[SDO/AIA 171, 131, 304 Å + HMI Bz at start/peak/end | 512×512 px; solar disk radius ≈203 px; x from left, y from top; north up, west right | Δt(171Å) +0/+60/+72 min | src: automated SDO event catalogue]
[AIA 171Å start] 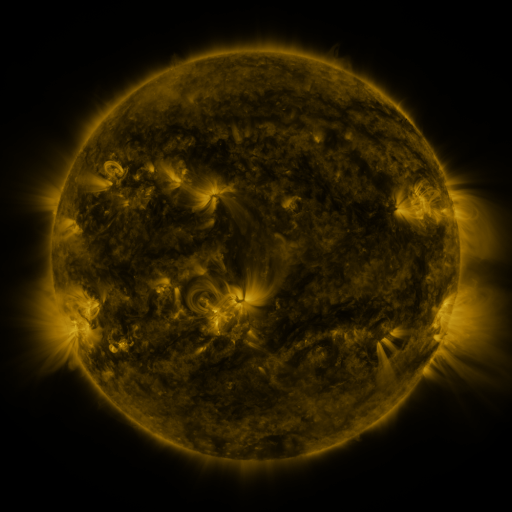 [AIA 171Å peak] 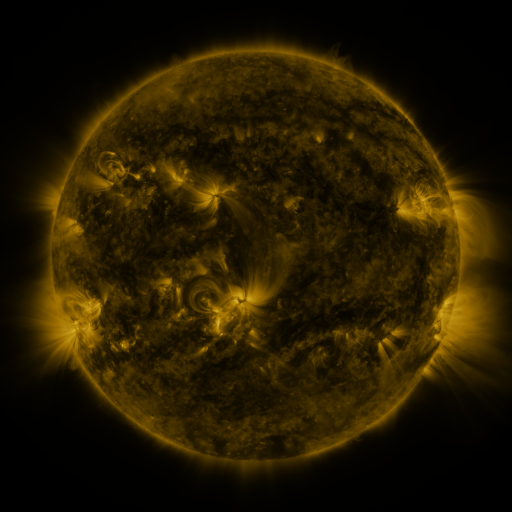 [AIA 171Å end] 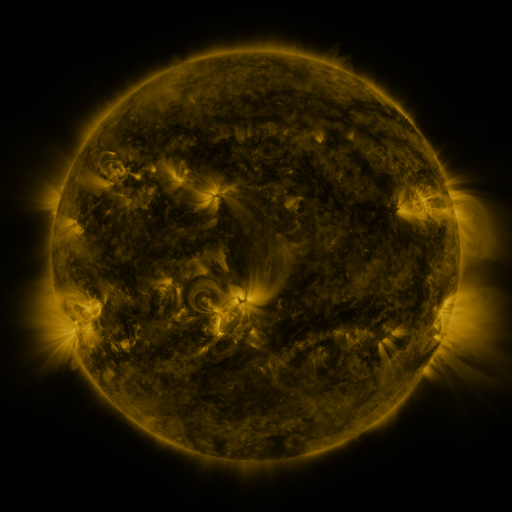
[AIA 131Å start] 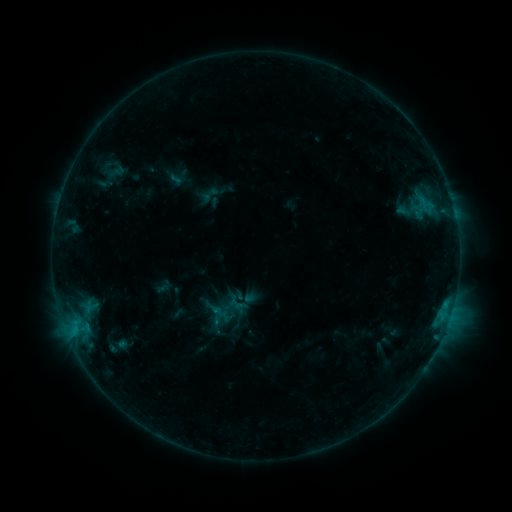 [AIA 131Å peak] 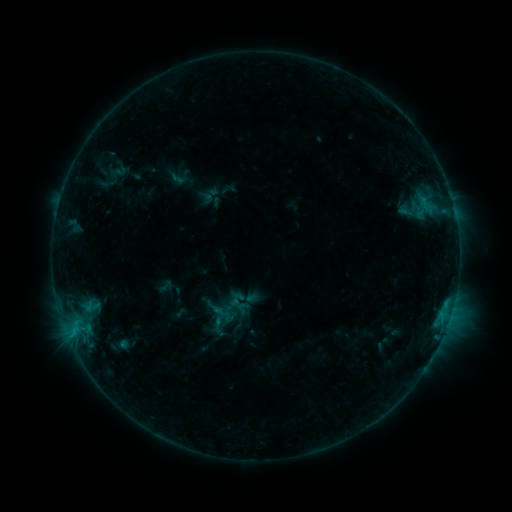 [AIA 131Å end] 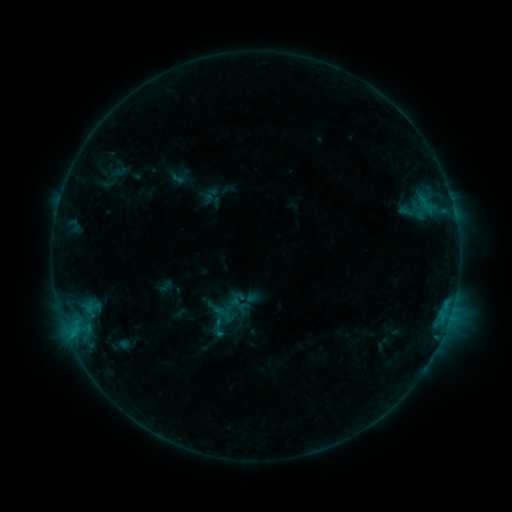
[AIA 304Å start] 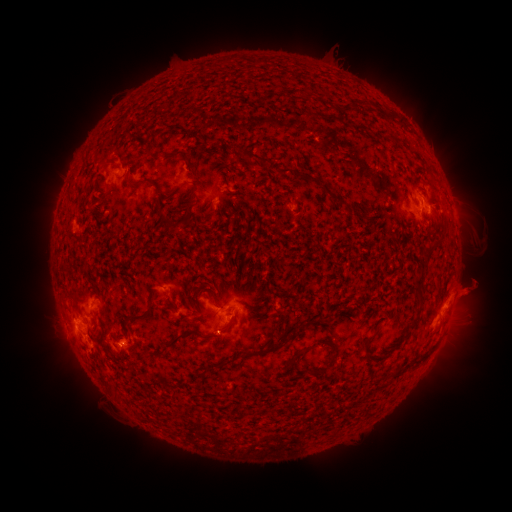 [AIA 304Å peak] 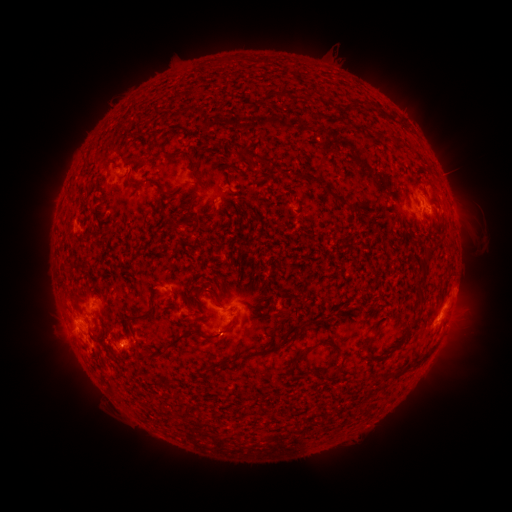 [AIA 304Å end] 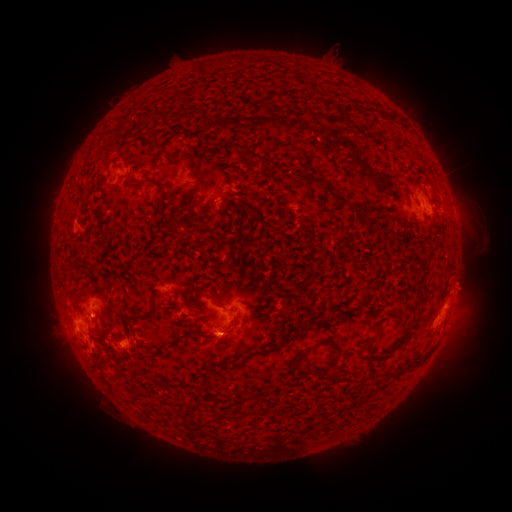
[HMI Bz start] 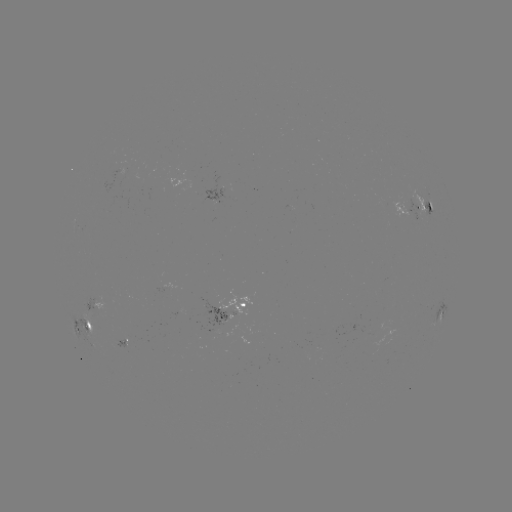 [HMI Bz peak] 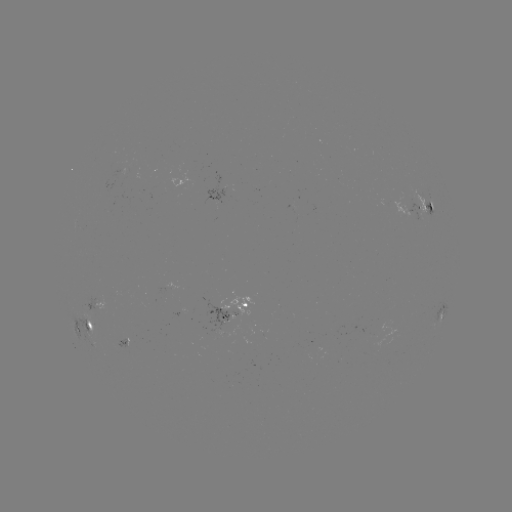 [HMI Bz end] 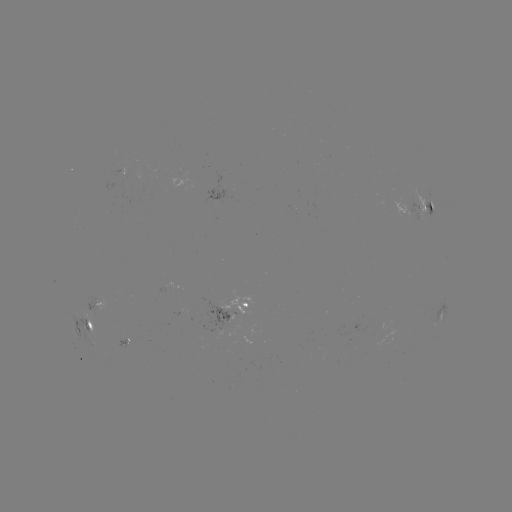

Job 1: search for emerging-flux region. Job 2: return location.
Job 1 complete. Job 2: (217, 329).